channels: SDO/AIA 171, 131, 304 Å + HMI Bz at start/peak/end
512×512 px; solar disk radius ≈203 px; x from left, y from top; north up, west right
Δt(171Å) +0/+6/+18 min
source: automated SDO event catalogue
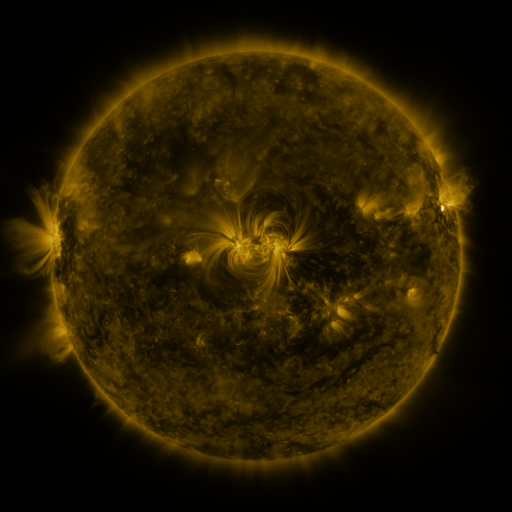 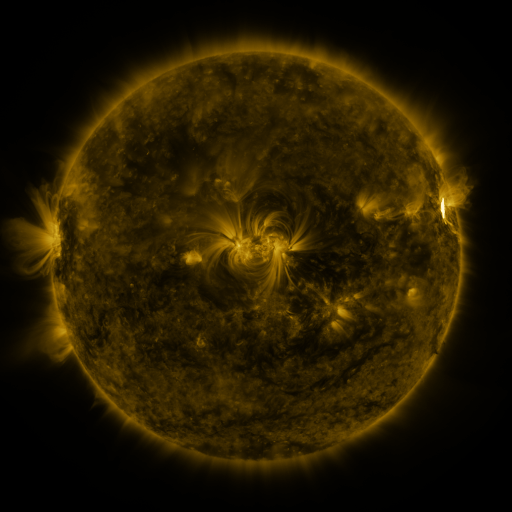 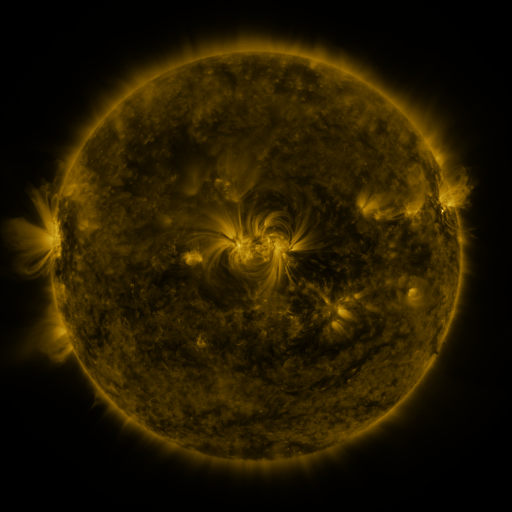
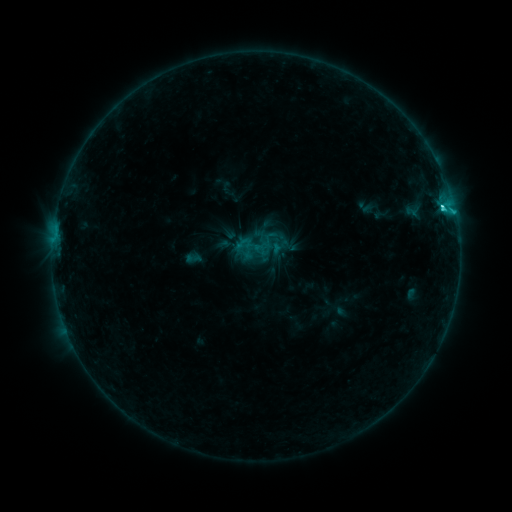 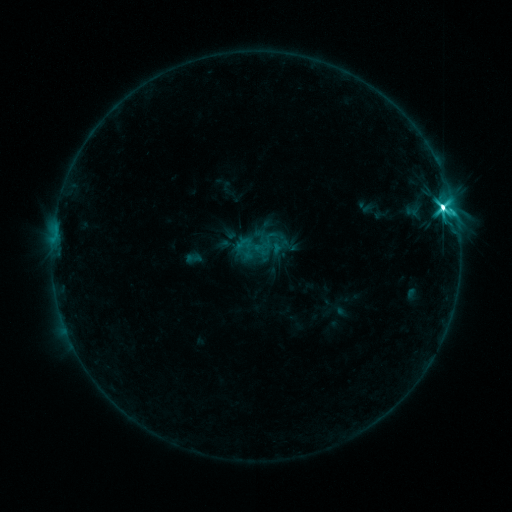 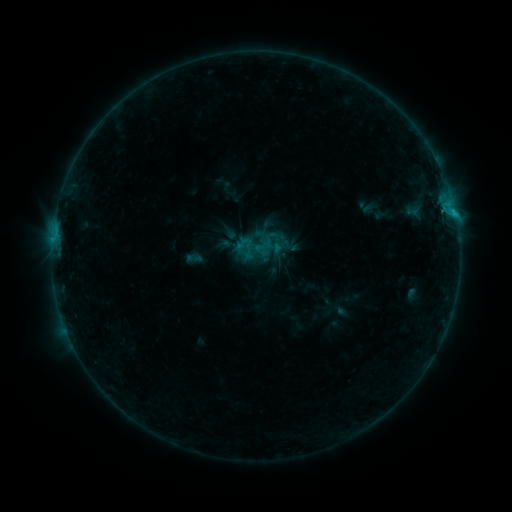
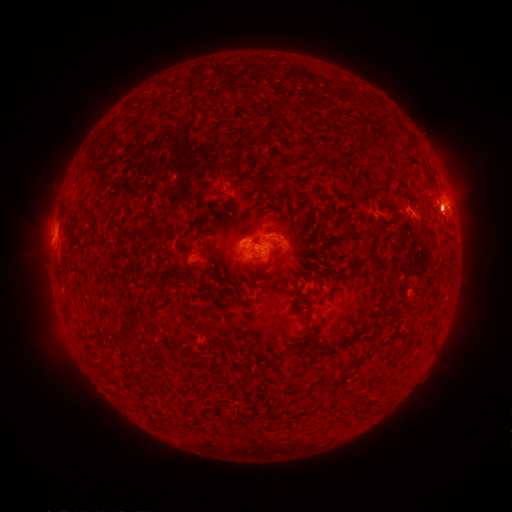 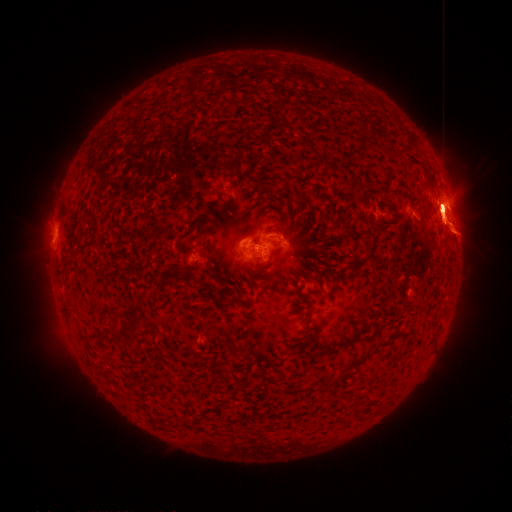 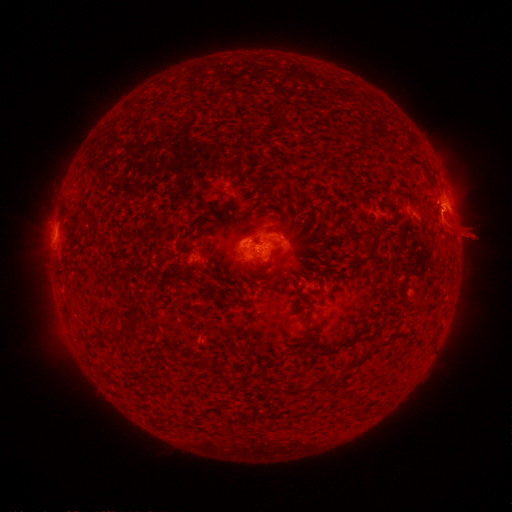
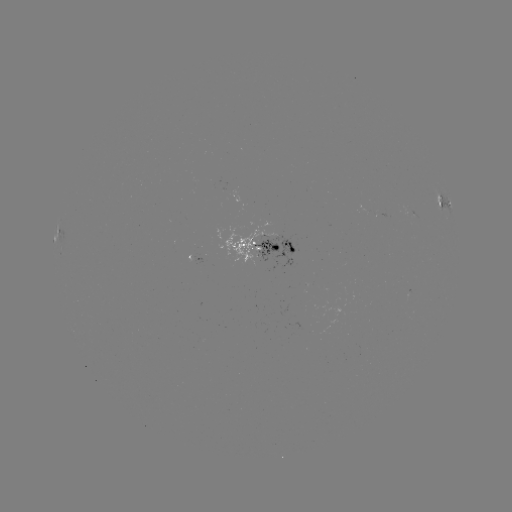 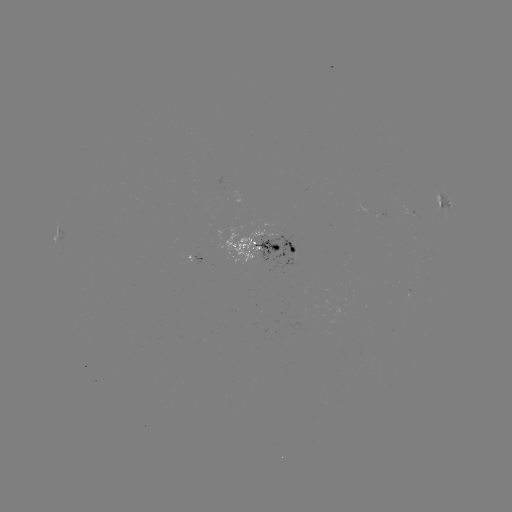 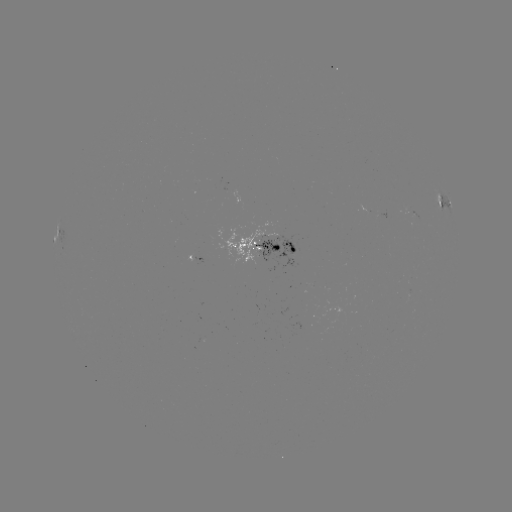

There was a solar eruption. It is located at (465, 236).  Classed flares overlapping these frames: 2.